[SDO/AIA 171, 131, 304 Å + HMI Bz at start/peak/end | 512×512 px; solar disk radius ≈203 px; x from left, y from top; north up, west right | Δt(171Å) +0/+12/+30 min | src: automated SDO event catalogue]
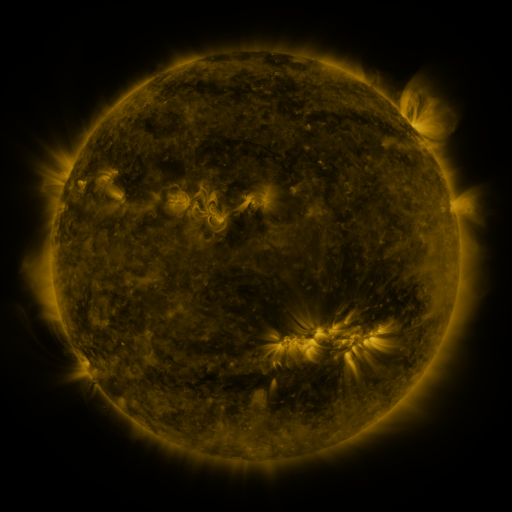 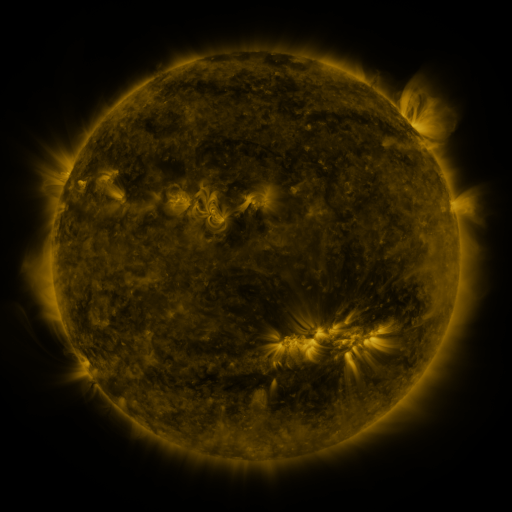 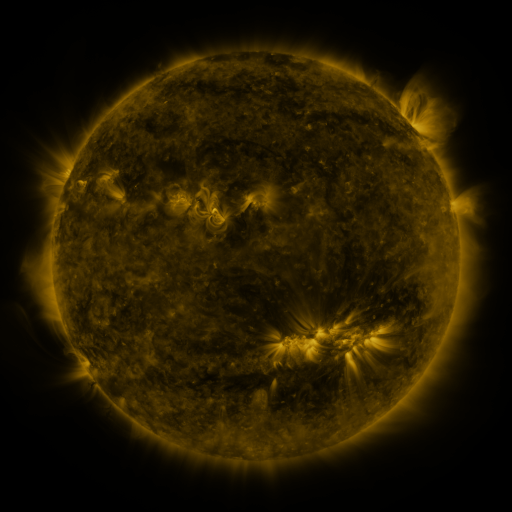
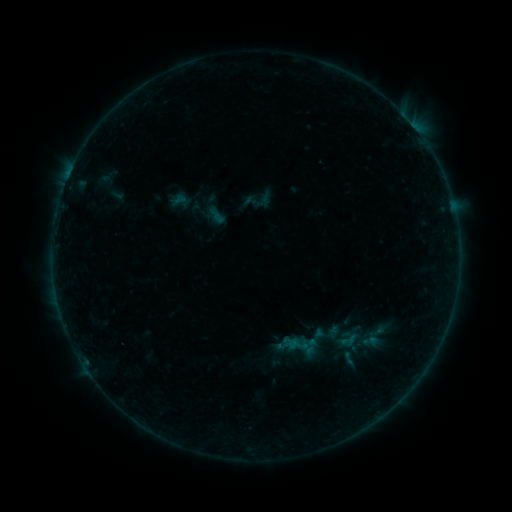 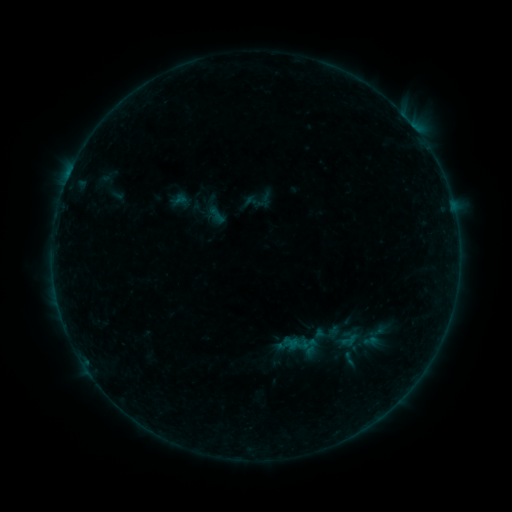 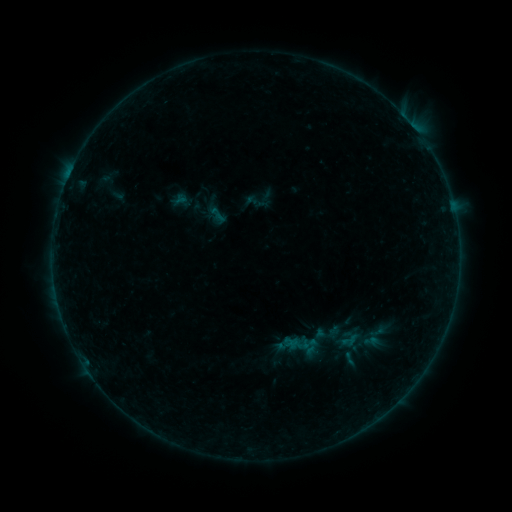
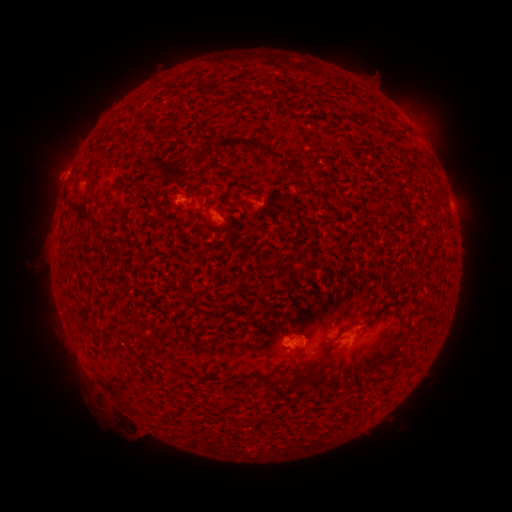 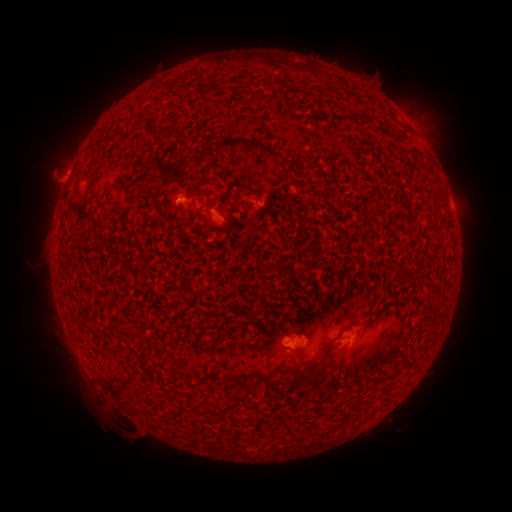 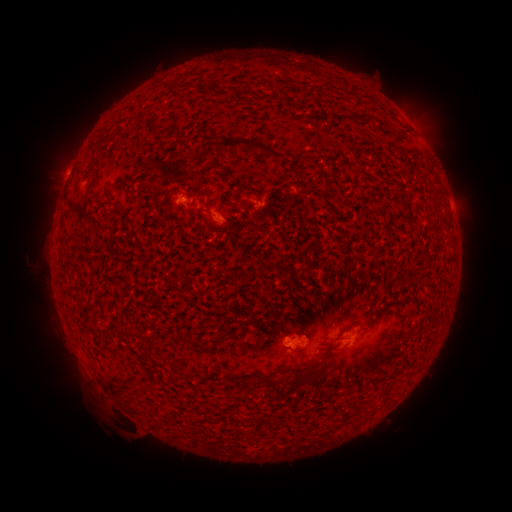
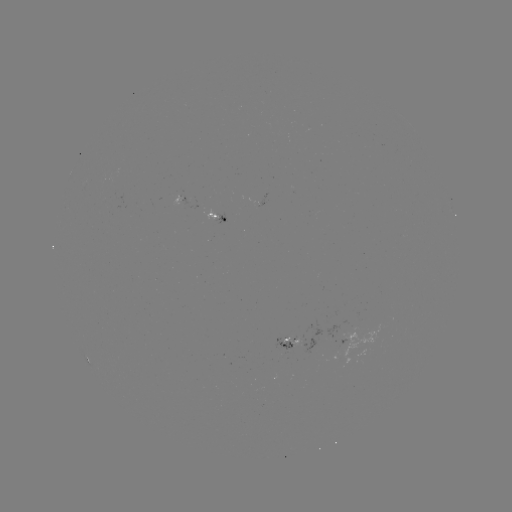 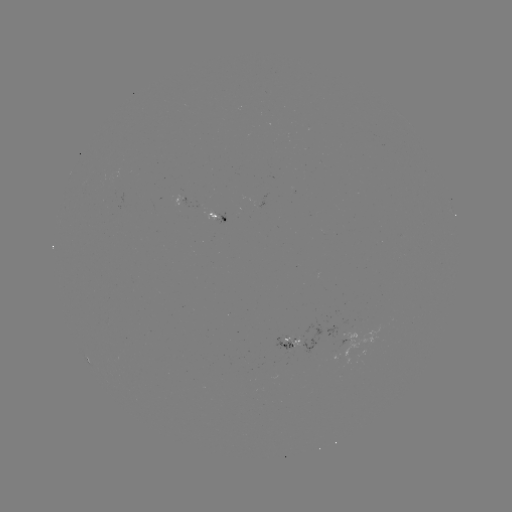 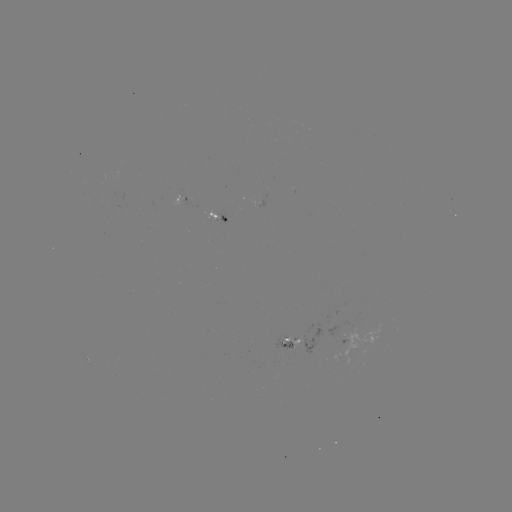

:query eruption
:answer [48, 176]